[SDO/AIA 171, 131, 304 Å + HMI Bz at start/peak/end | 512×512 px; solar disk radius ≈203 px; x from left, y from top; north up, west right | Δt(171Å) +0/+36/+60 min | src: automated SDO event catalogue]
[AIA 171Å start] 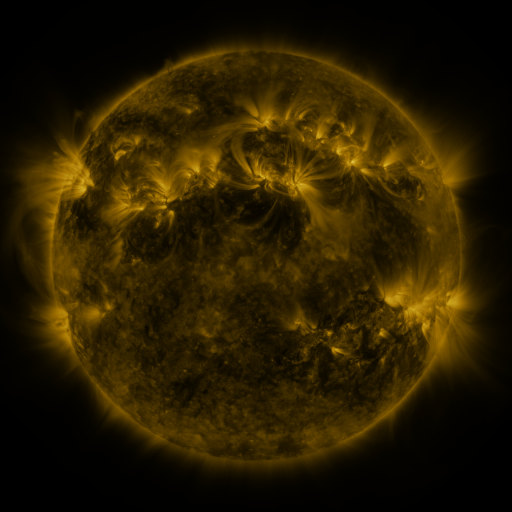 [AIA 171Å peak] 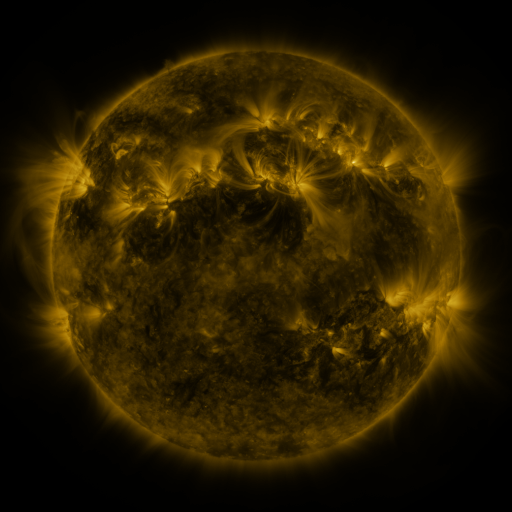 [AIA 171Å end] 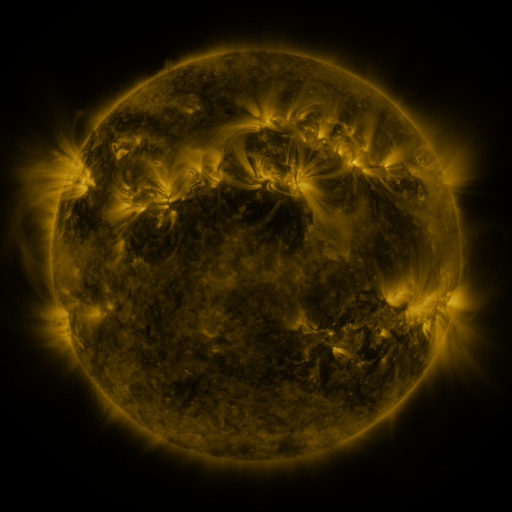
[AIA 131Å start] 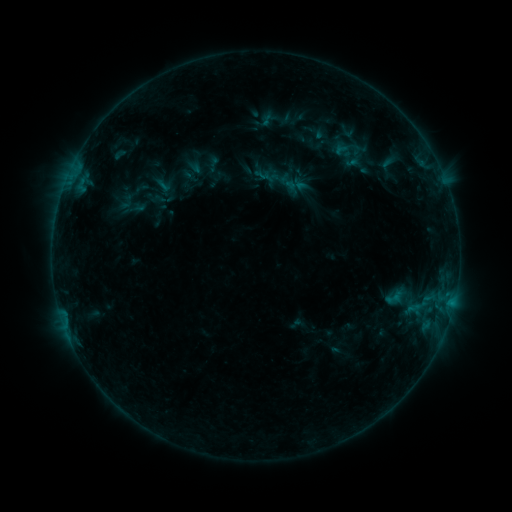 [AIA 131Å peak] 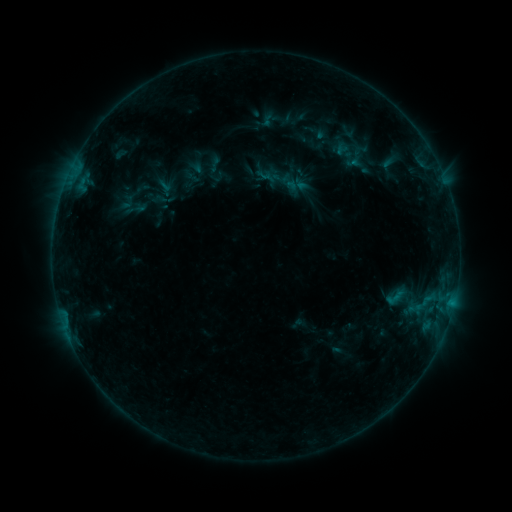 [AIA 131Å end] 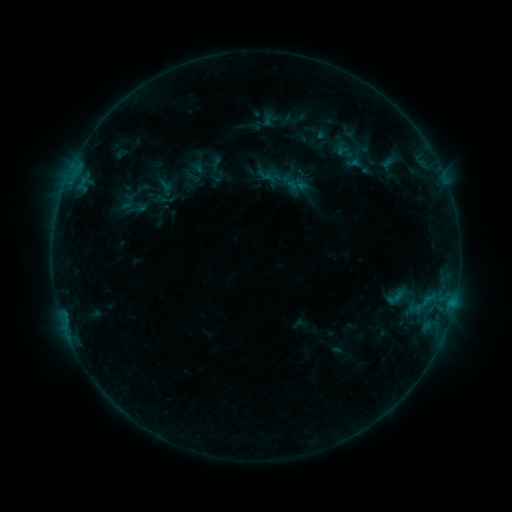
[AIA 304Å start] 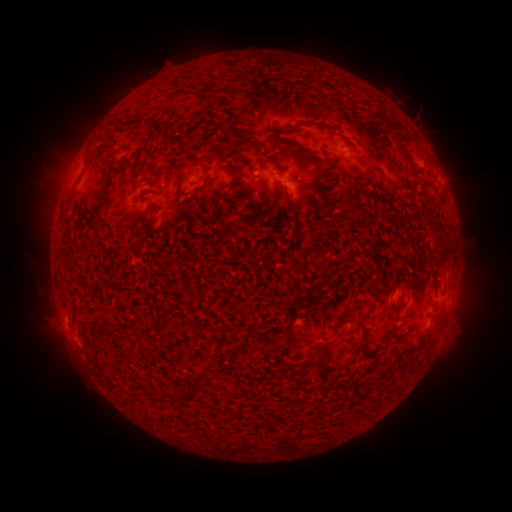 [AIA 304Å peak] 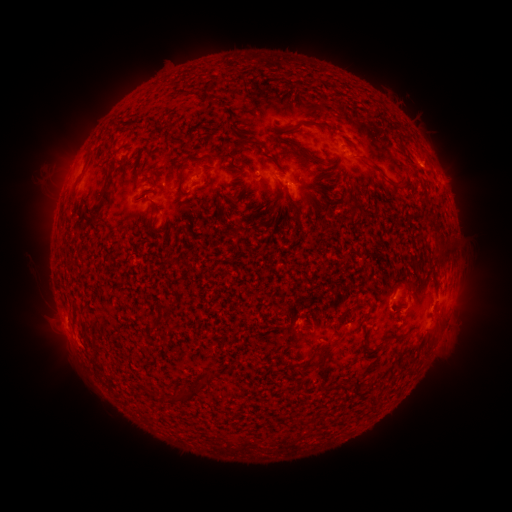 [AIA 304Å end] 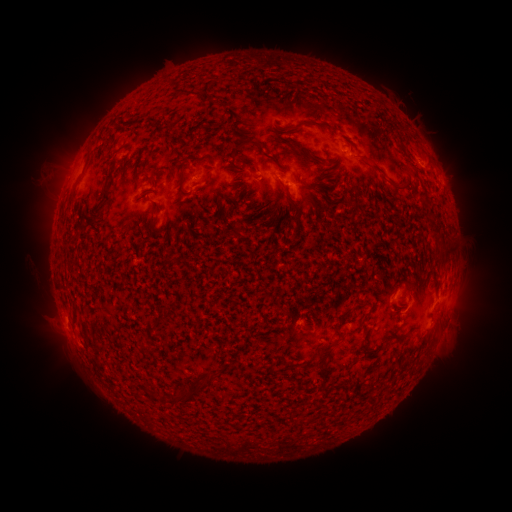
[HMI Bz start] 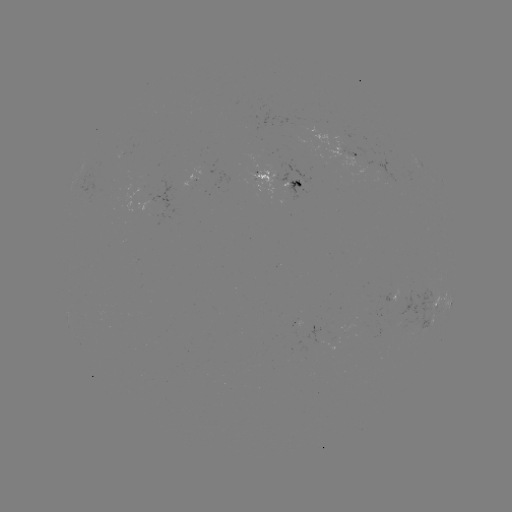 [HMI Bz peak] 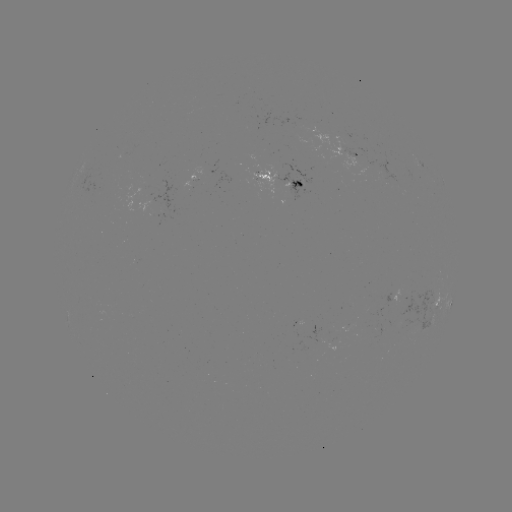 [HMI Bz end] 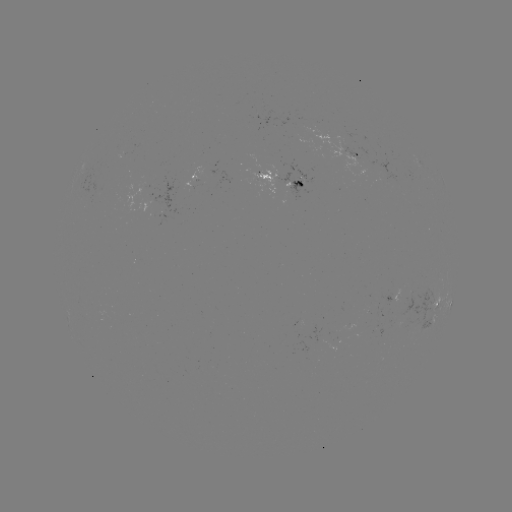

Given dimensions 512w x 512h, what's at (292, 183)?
emerging-flux region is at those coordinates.